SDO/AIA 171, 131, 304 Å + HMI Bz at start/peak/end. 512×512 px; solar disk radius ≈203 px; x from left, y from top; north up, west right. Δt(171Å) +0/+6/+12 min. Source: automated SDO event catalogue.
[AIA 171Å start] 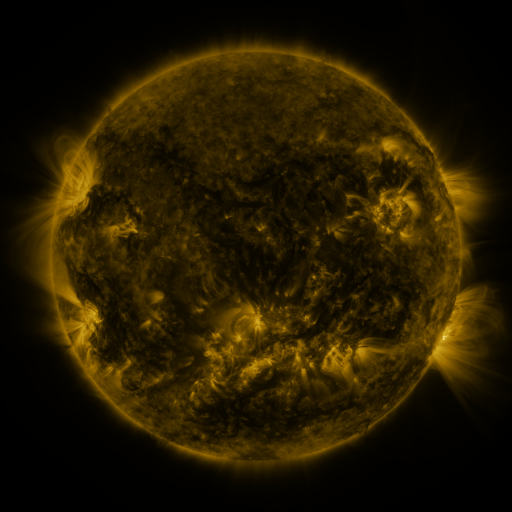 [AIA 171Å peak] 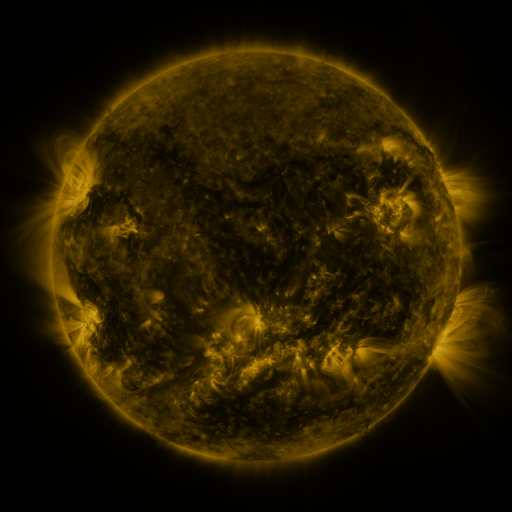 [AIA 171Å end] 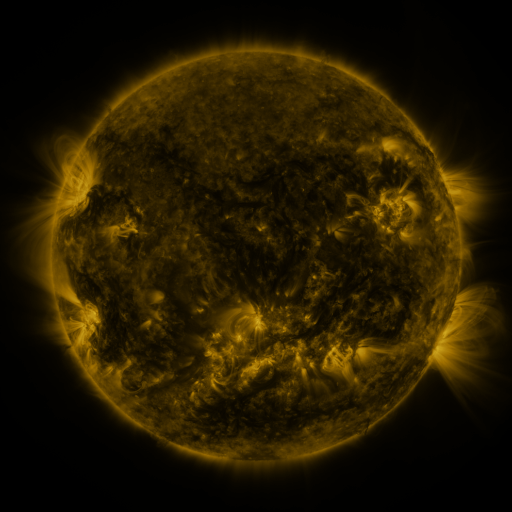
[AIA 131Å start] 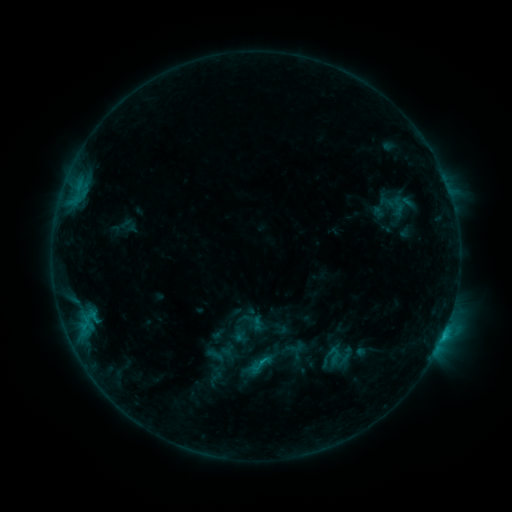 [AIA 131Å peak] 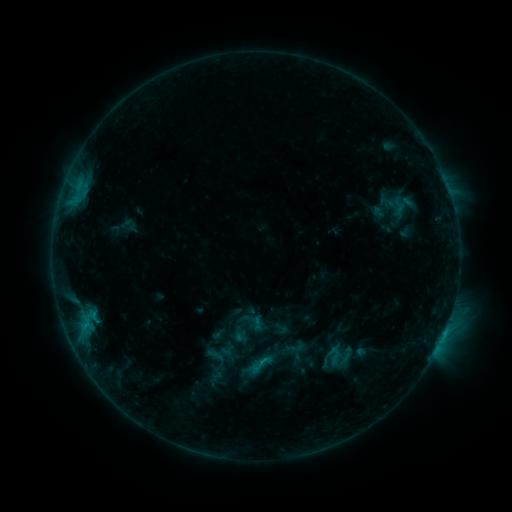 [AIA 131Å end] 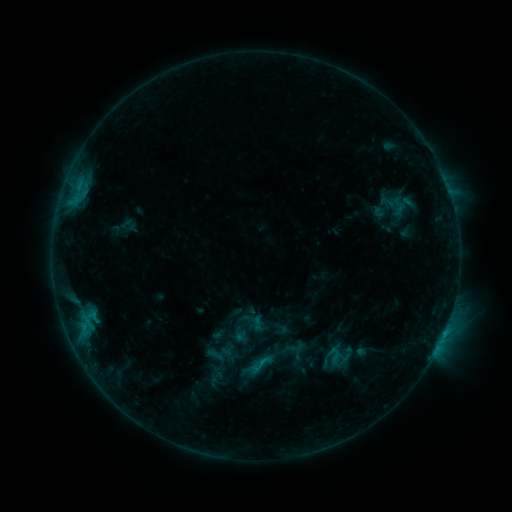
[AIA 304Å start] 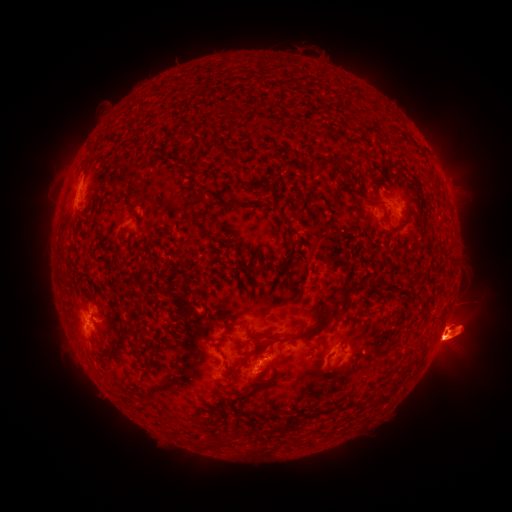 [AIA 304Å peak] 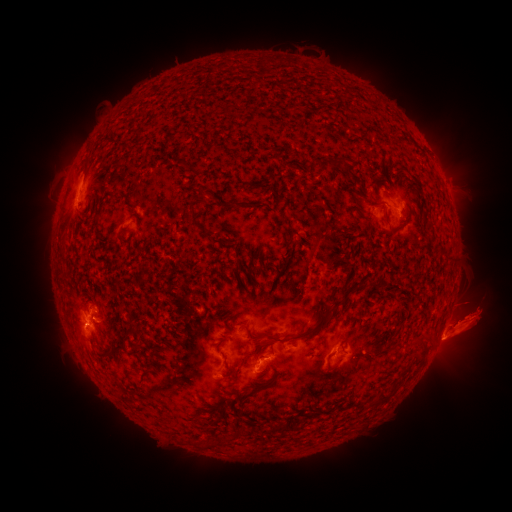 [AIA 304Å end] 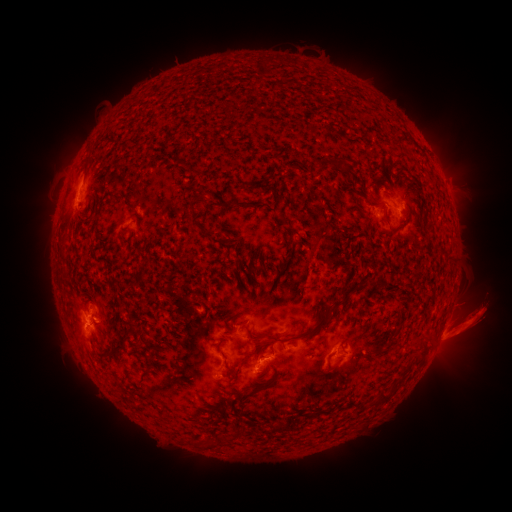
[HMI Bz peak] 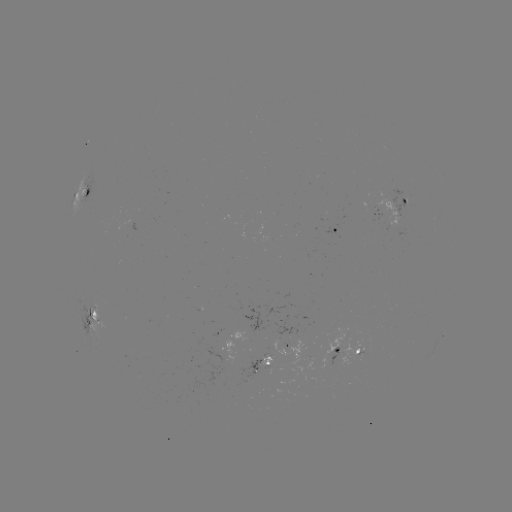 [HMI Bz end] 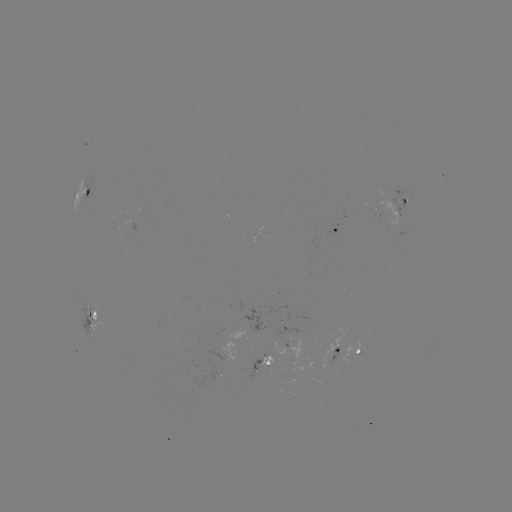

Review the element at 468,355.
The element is eruption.